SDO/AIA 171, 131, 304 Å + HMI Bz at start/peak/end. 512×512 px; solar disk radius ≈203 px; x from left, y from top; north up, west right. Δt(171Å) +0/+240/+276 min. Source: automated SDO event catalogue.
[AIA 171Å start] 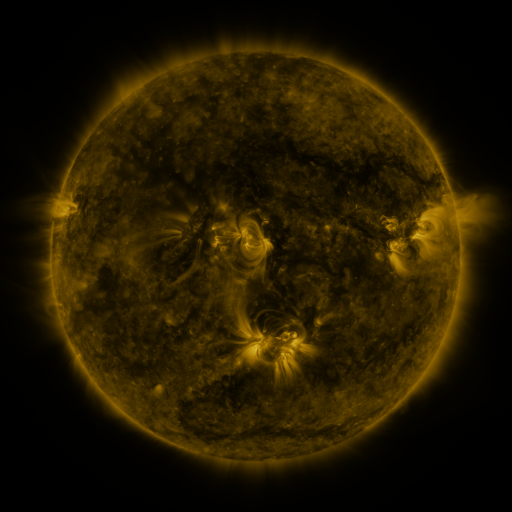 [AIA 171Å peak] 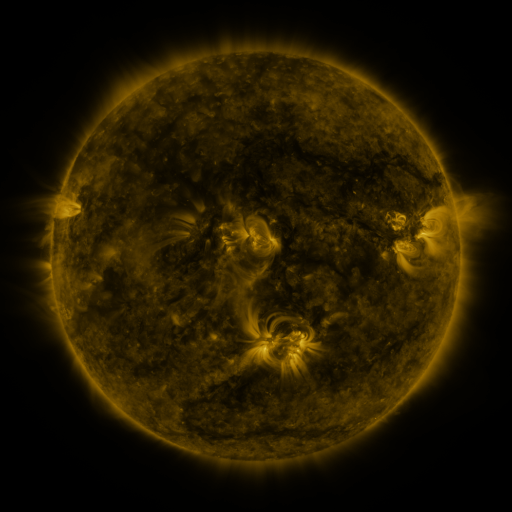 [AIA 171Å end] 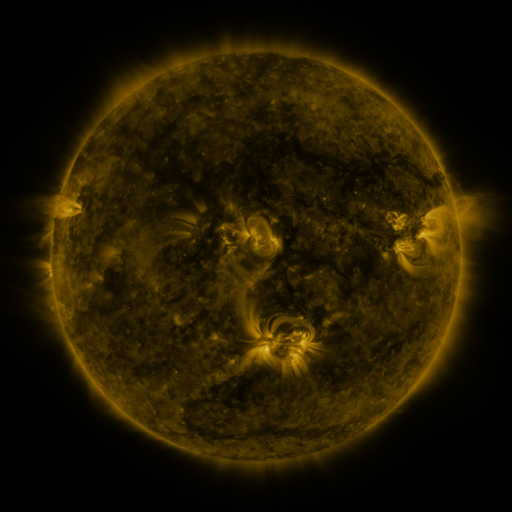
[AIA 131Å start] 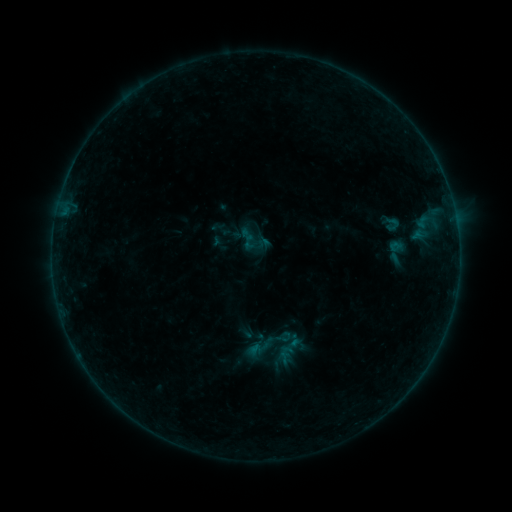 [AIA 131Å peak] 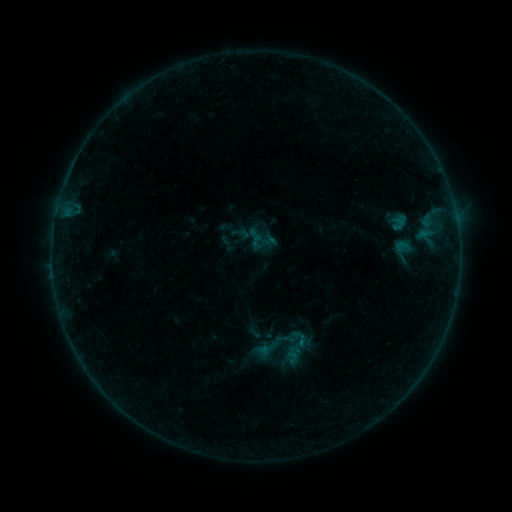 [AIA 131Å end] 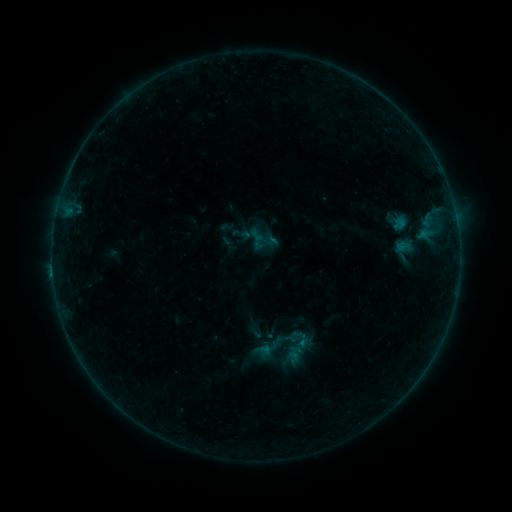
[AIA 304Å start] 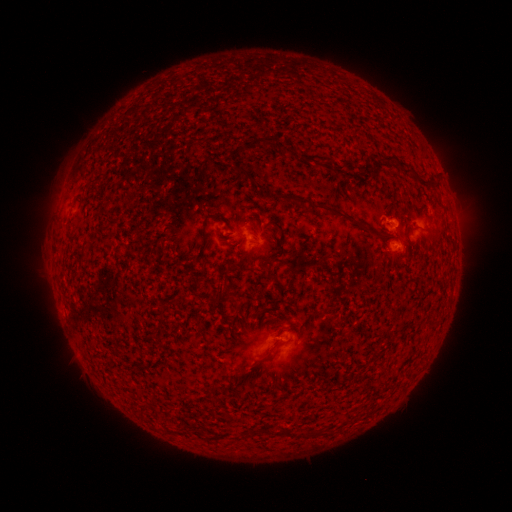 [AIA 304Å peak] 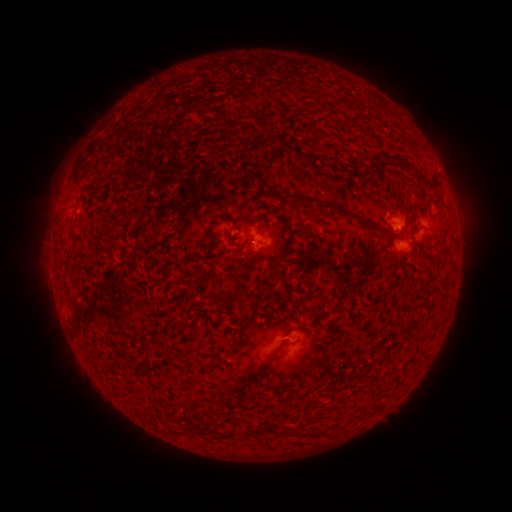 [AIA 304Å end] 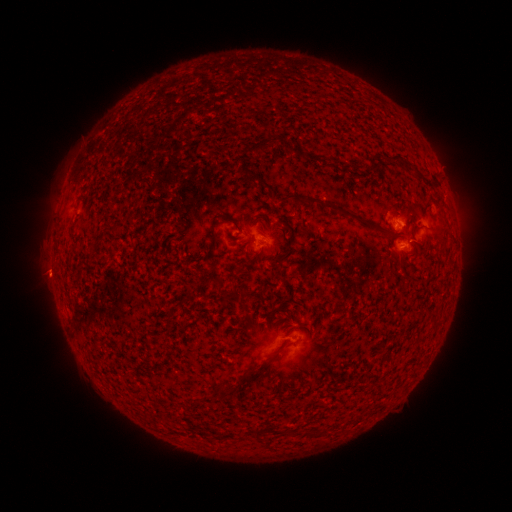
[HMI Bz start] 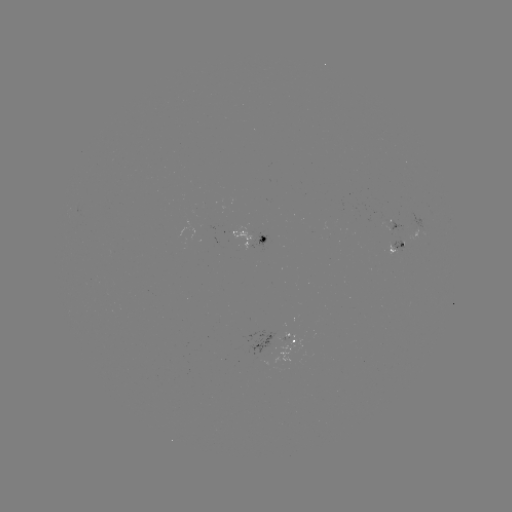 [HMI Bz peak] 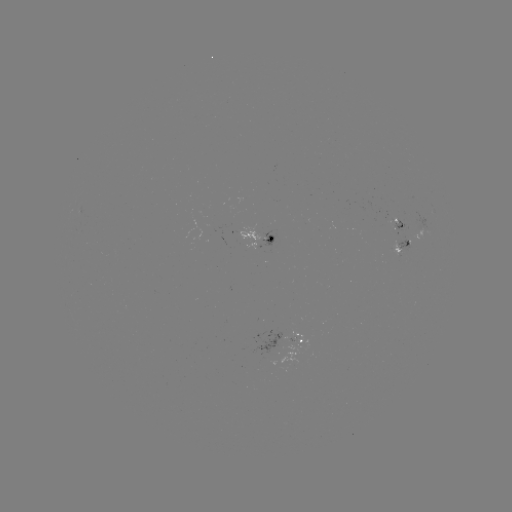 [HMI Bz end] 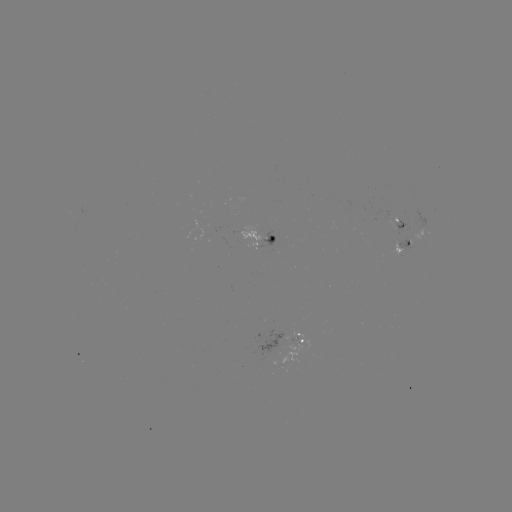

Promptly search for emerging-flux region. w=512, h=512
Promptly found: (398, 222).